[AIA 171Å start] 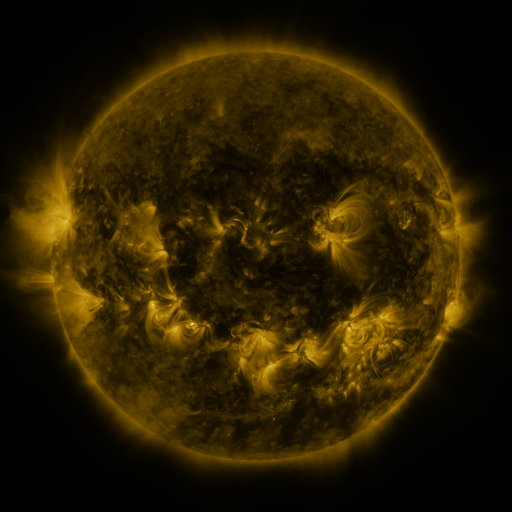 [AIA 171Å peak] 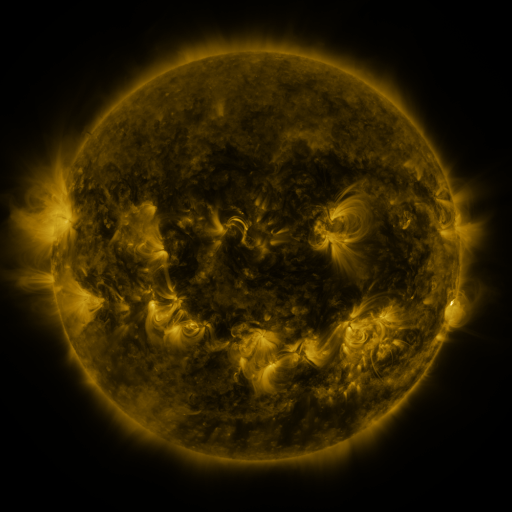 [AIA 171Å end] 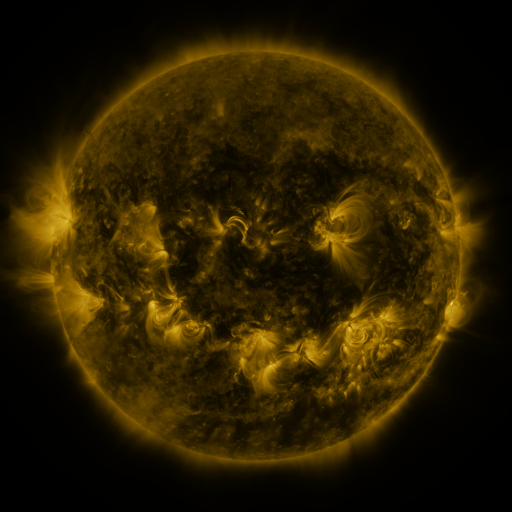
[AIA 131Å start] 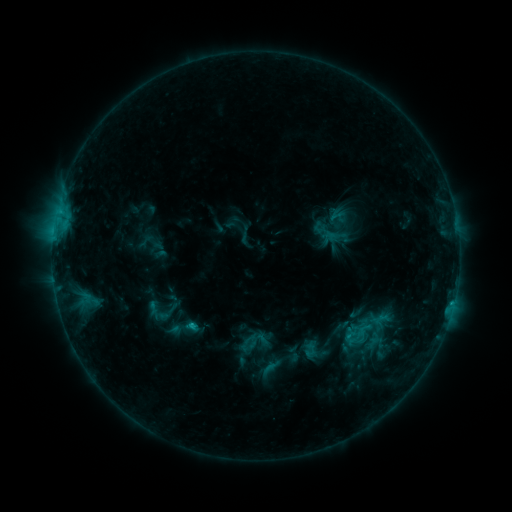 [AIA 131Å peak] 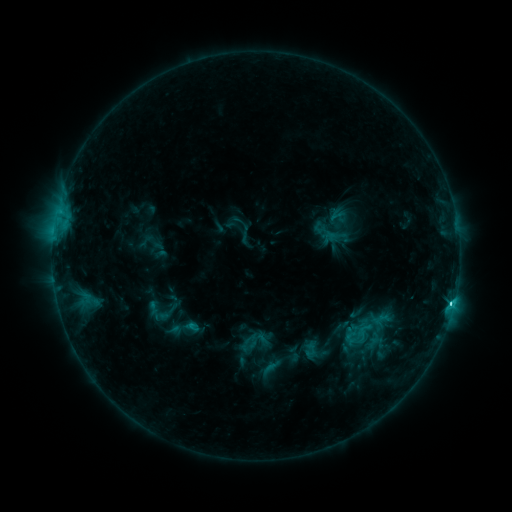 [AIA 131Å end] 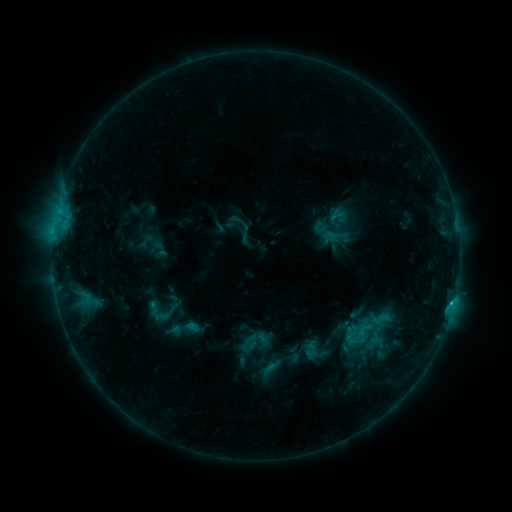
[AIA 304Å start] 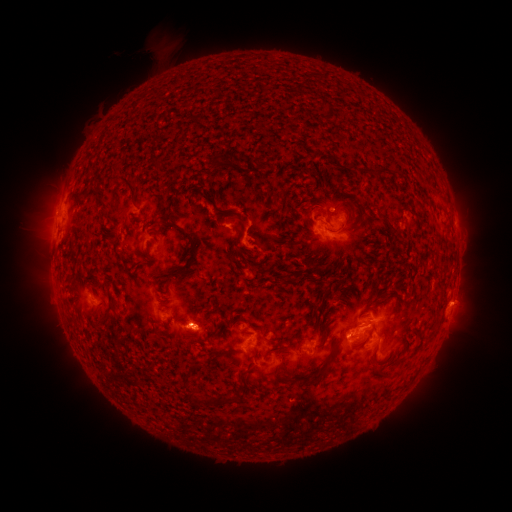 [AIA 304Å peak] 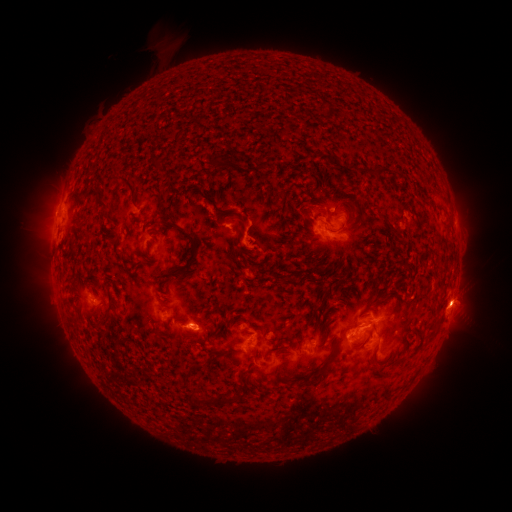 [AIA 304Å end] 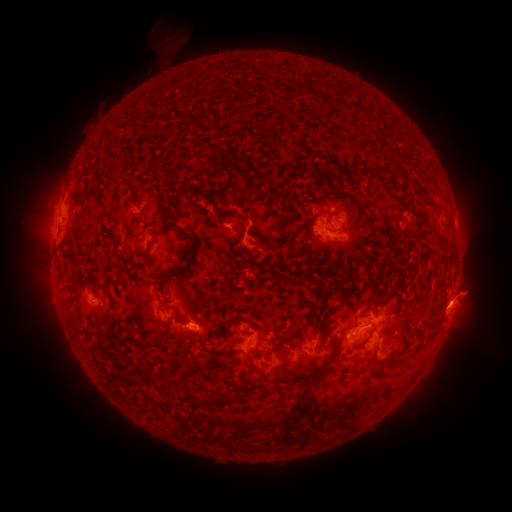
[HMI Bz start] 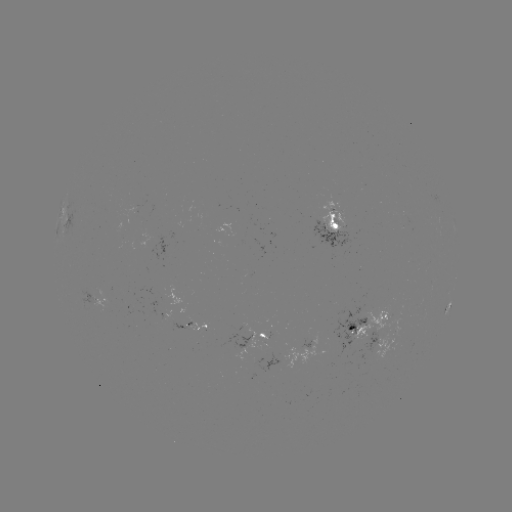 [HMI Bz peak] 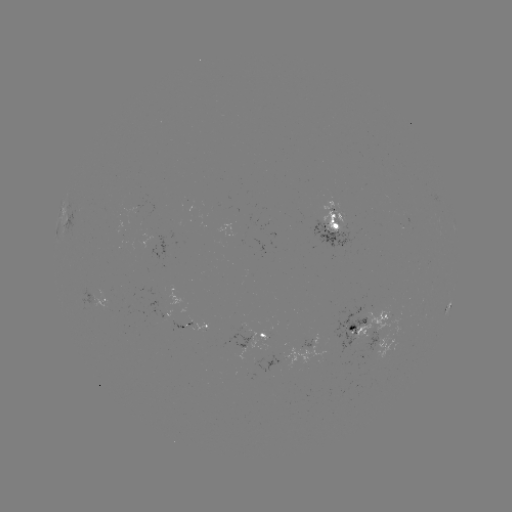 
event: flare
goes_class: C3.3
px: (452, 301)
